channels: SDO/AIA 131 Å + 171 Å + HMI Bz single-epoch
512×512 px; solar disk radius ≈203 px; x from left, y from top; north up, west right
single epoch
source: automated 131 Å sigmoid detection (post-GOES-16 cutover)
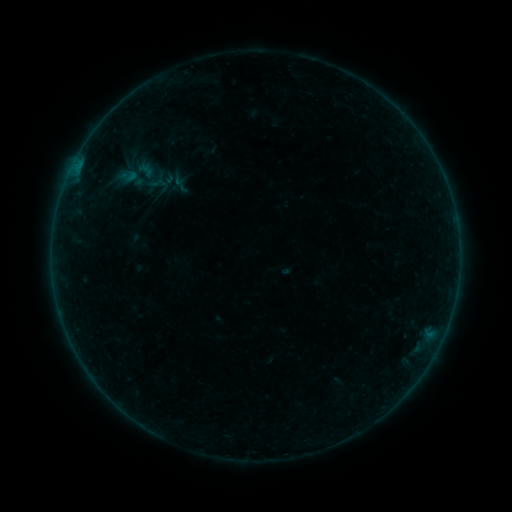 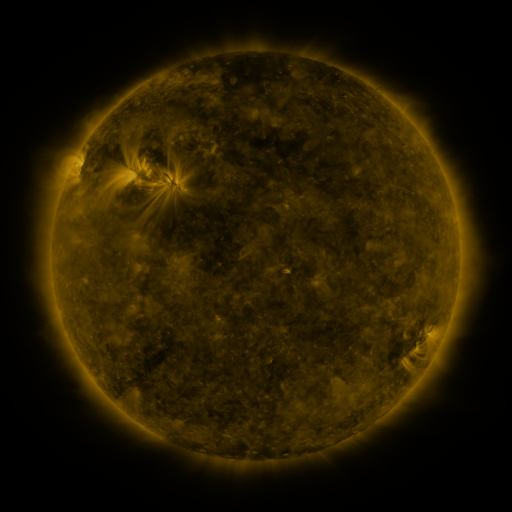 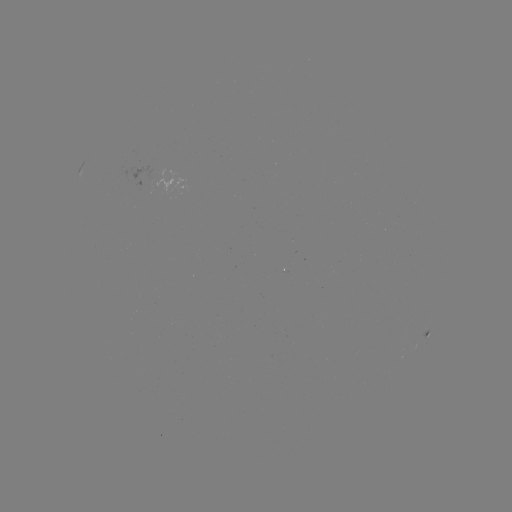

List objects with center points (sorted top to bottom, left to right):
sigmoid: (119, 164, 147, 194)
